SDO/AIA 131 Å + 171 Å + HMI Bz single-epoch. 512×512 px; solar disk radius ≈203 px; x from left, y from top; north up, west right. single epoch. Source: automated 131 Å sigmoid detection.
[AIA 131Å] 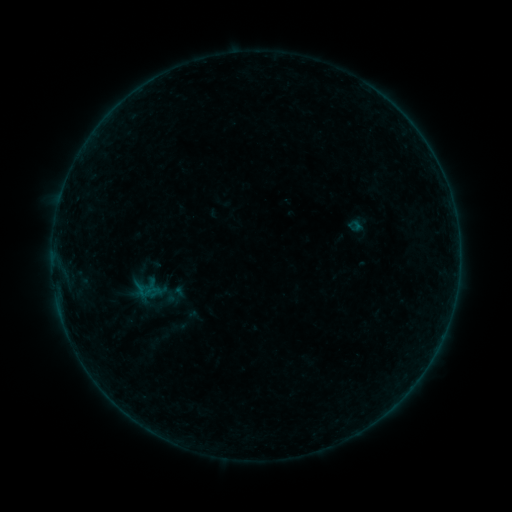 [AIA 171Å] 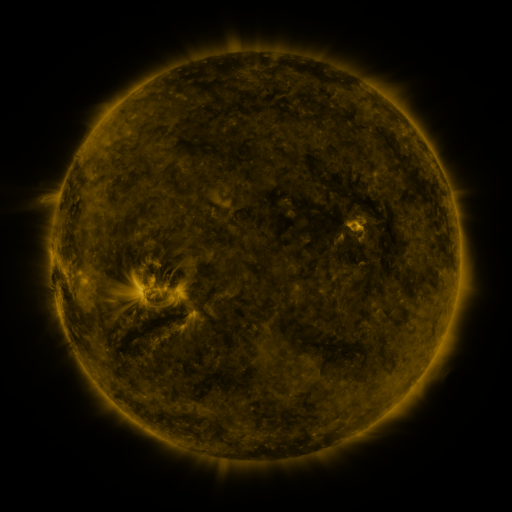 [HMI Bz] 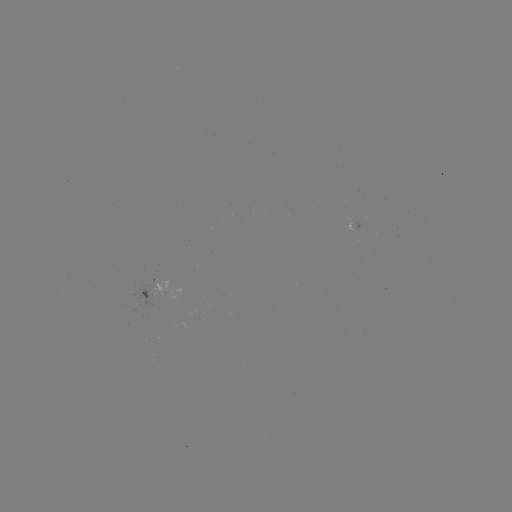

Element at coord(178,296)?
sigmoid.